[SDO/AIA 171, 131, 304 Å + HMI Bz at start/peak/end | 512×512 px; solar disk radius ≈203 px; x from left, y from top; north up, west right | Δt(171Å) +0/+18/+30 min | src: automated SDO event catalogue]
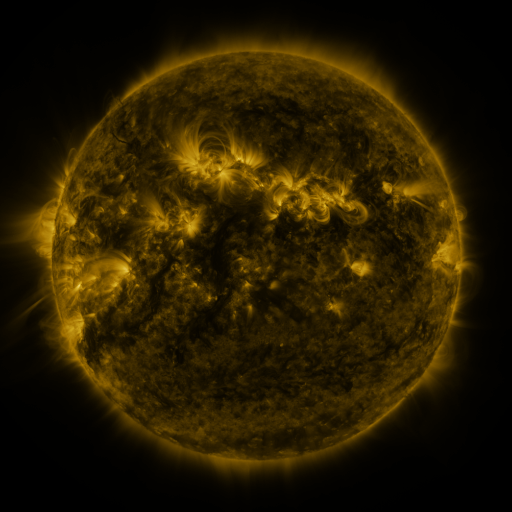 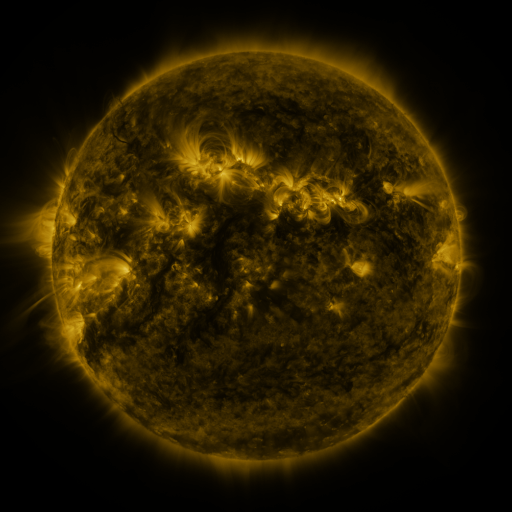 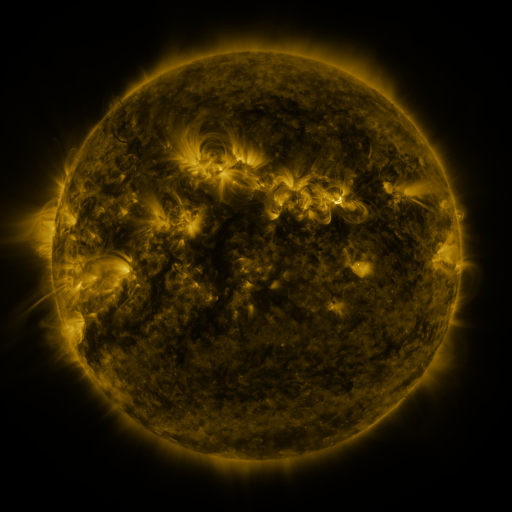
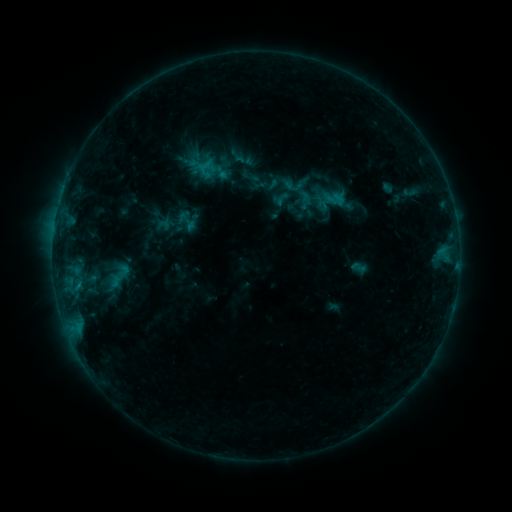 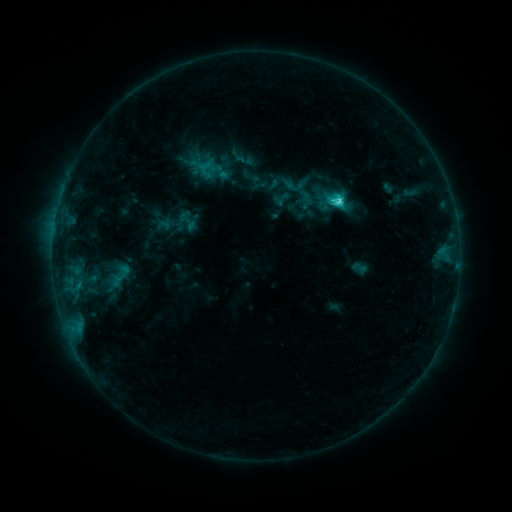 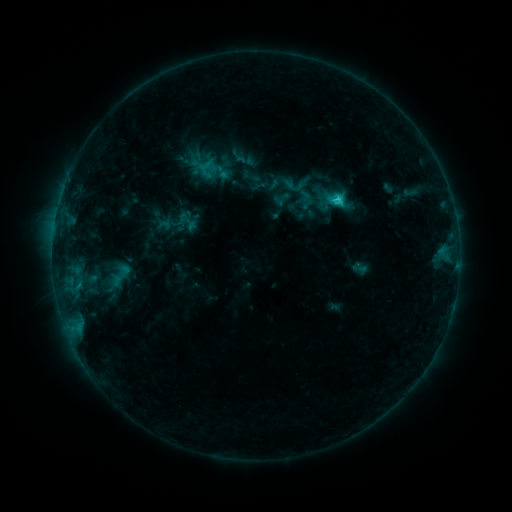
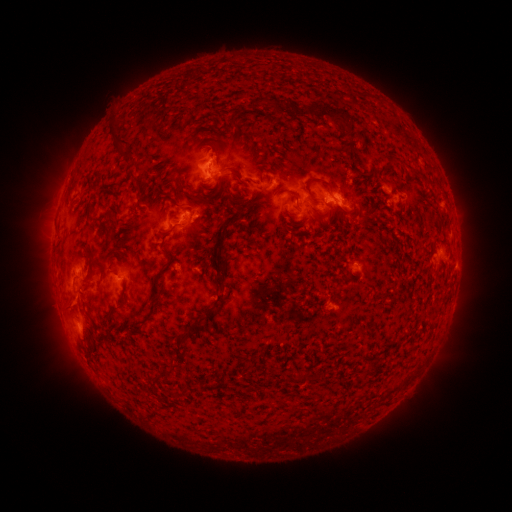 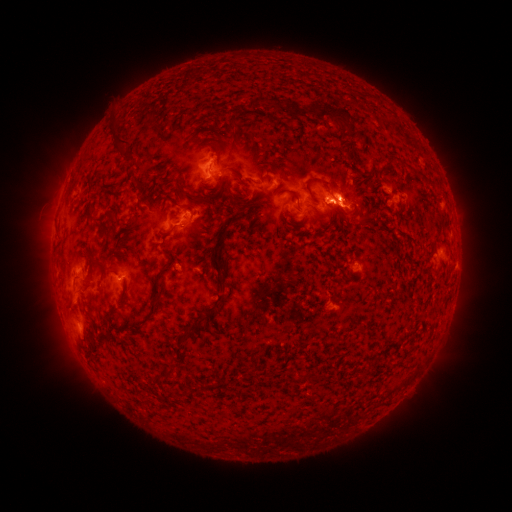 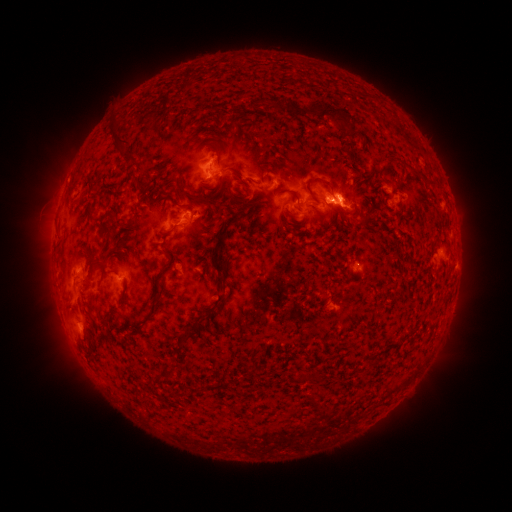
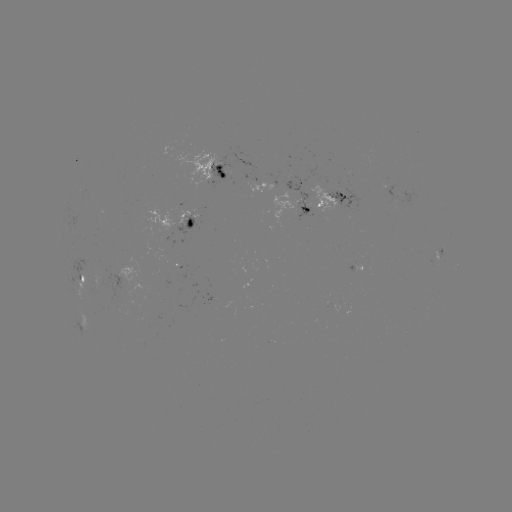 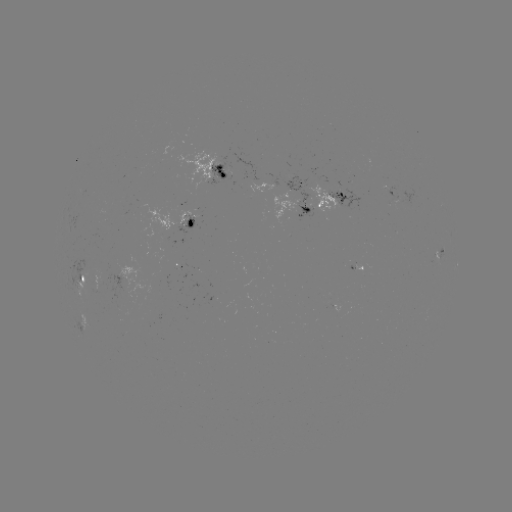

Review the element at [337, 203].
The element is C2.9 flare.